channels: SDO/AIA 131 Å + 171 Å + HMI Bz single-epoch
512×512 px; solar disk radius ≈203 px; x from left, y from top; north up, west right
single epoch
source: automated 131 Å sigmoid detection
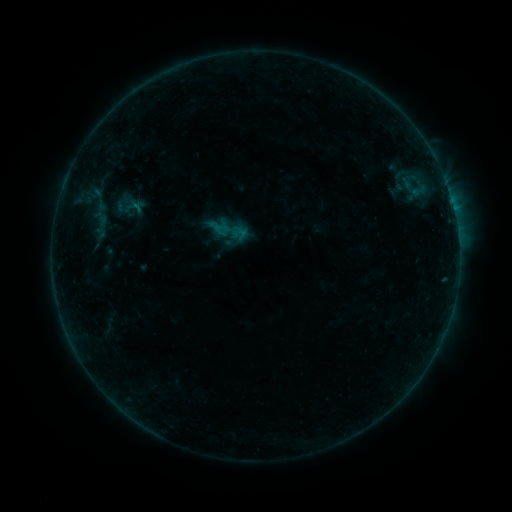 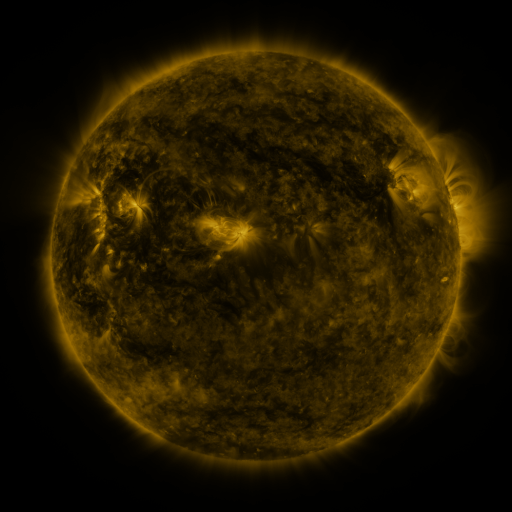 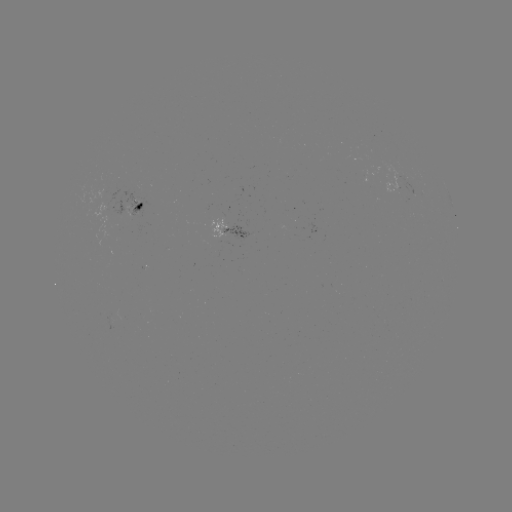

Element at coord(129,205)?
sigmoid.